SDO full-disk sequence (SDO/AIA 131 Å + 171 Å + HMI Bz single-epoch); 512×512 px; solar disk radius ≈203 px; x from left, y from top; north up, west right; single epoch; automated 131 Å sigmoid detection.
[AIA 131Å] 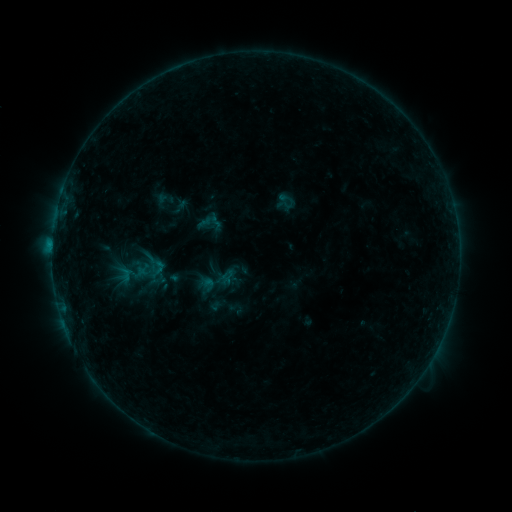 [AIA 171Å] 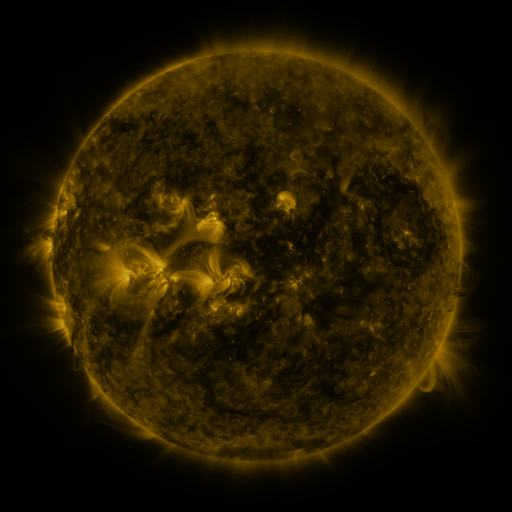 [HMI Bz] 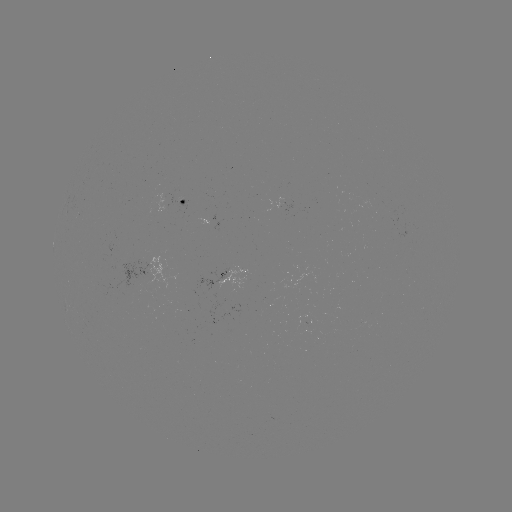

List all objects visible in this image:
sigmoid: <bbox>155, 189, 175, 209</bbox>
sigmoid: <bbox>143, 252, 169, 276</bbox>
